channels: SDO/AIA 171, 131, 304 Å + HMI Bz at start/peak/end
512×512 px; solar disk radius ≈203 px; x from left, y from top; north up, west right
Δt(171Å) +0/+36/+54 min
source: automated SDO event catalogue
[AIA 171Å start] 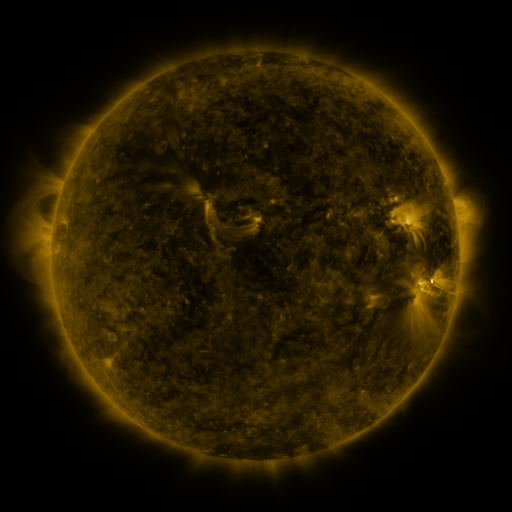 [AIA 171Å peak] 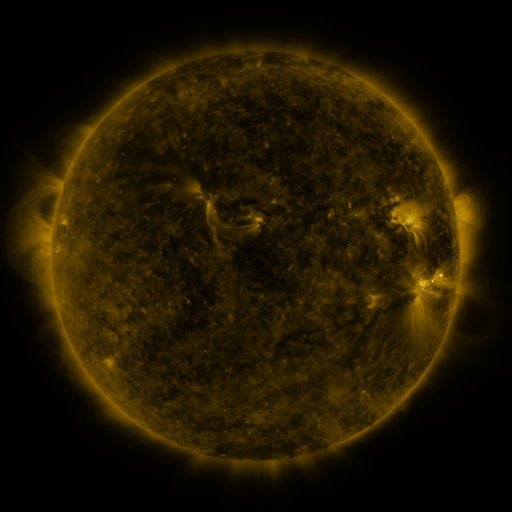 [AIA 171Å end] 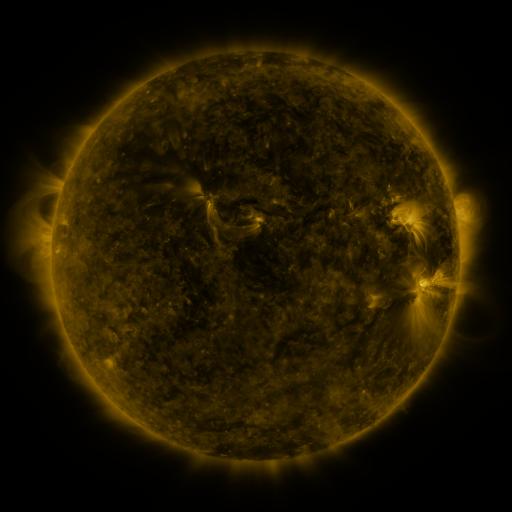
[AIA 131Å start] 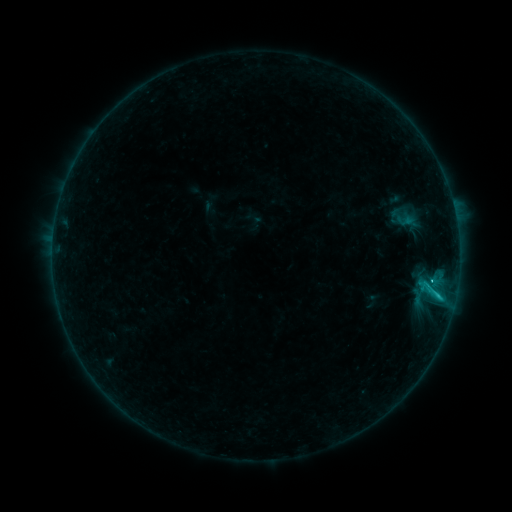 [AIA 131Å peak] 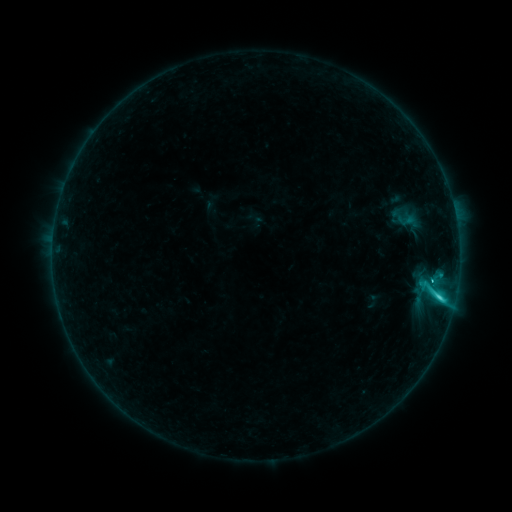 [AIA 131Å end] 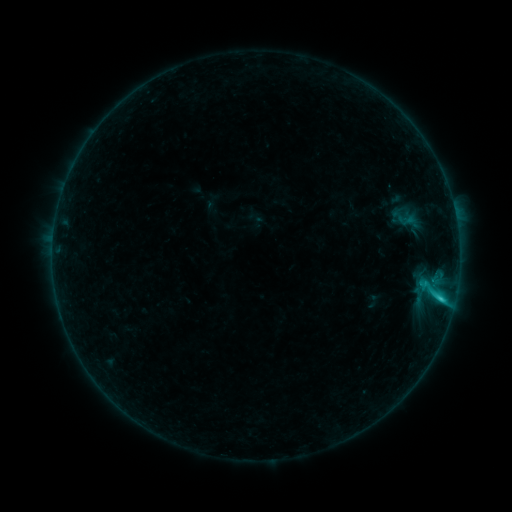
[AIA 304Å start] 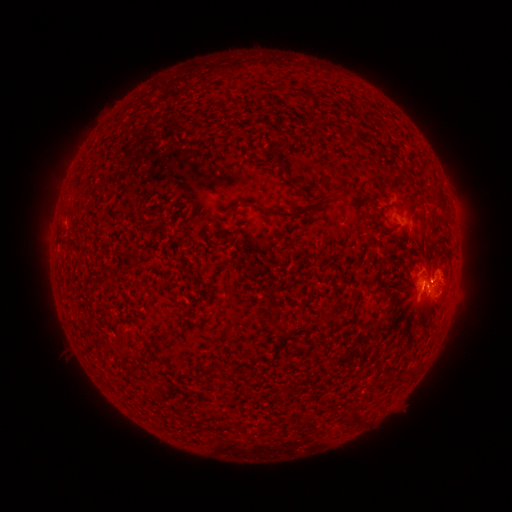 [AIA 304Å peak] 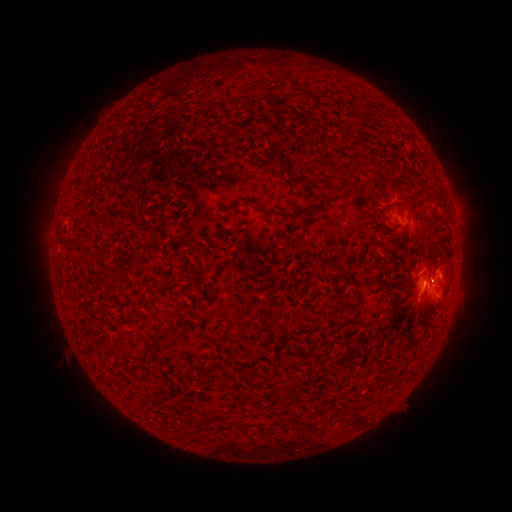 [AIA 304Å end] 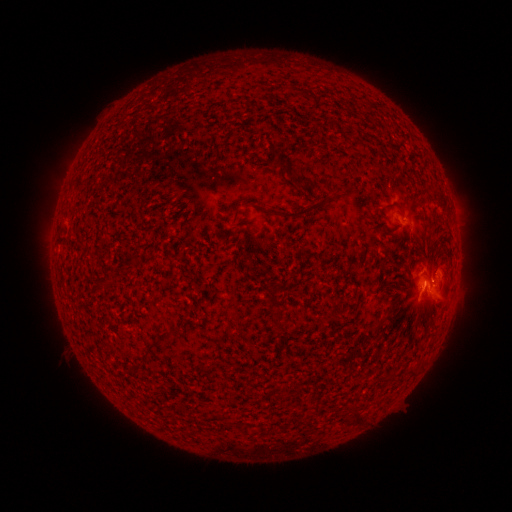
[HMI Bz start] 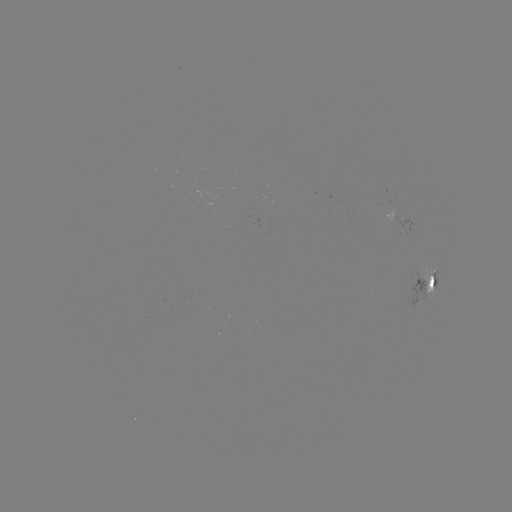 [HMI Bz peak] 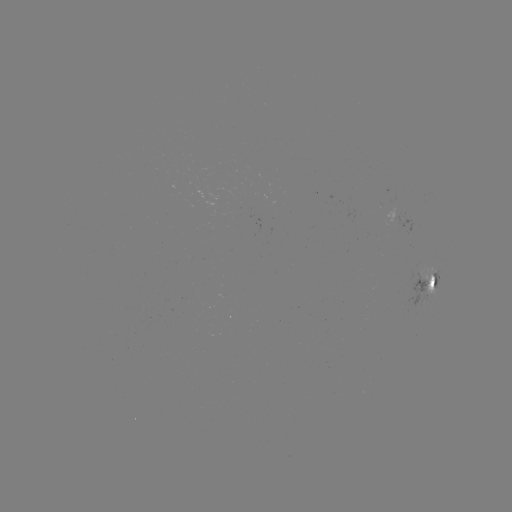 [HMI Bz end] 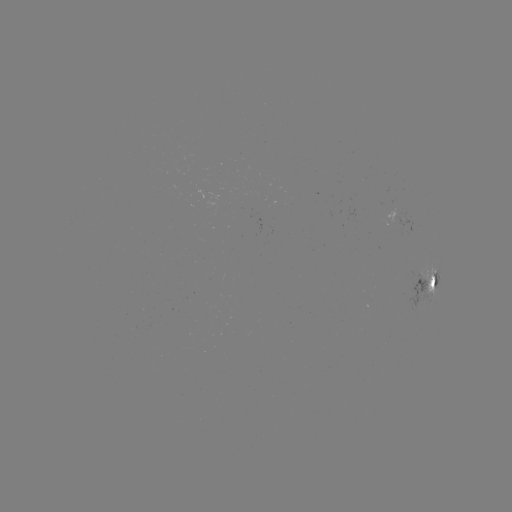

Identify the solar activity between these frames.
C3.1 flare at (438, 294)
